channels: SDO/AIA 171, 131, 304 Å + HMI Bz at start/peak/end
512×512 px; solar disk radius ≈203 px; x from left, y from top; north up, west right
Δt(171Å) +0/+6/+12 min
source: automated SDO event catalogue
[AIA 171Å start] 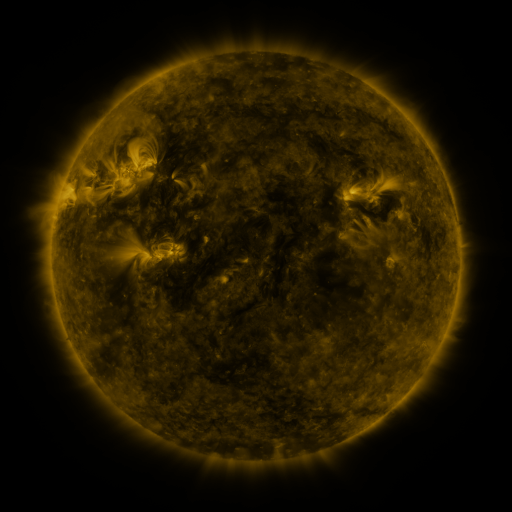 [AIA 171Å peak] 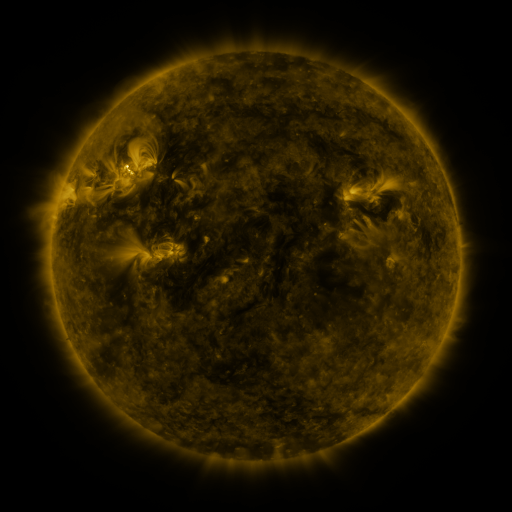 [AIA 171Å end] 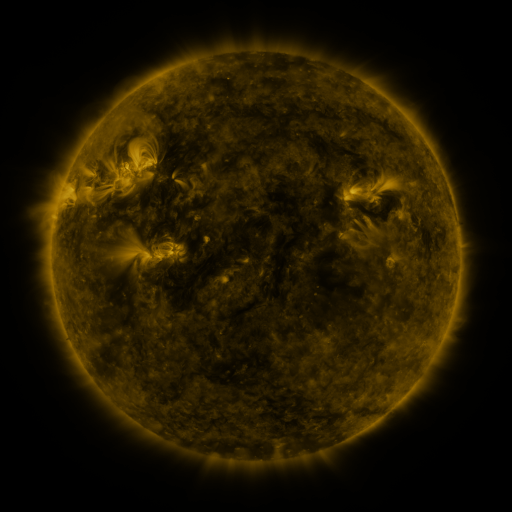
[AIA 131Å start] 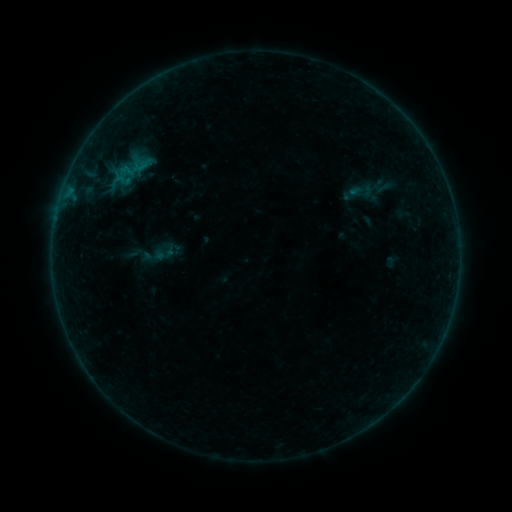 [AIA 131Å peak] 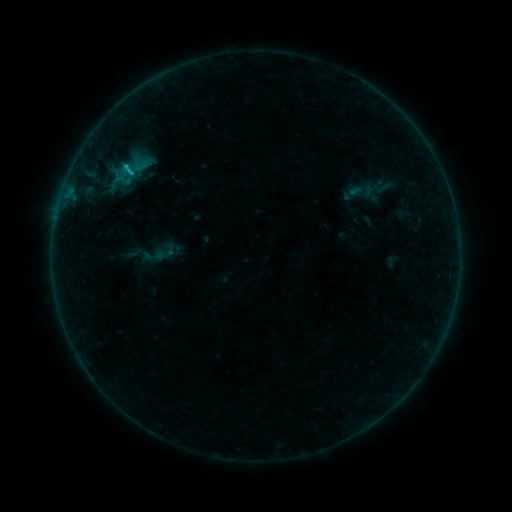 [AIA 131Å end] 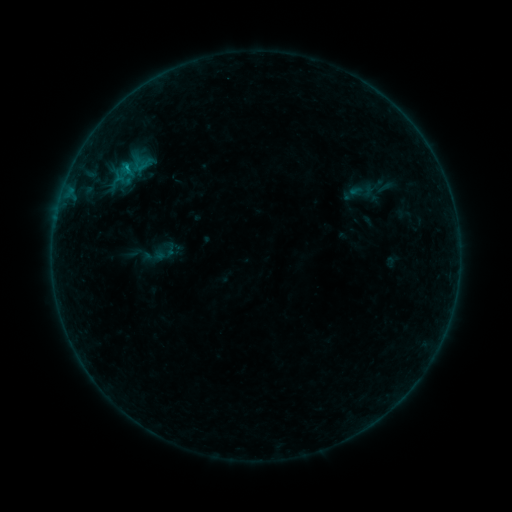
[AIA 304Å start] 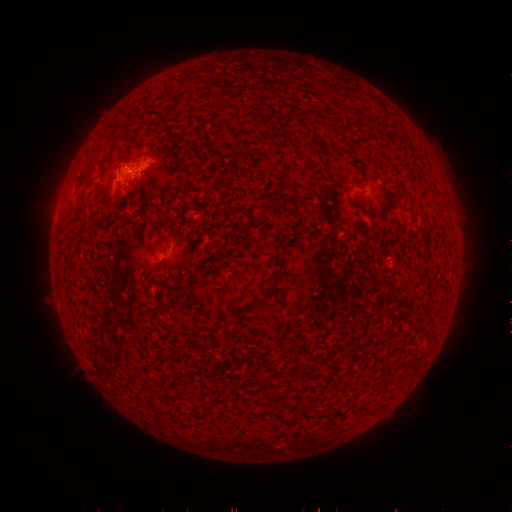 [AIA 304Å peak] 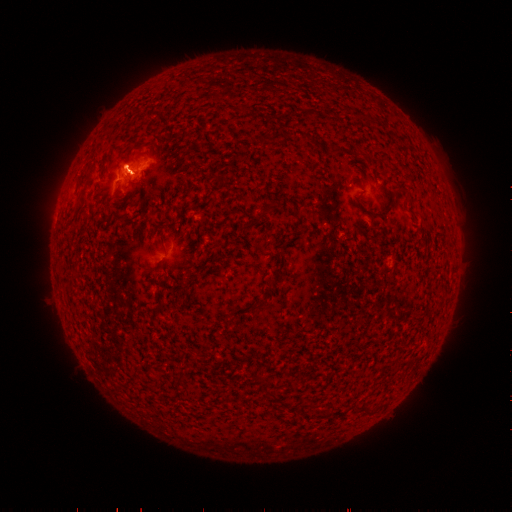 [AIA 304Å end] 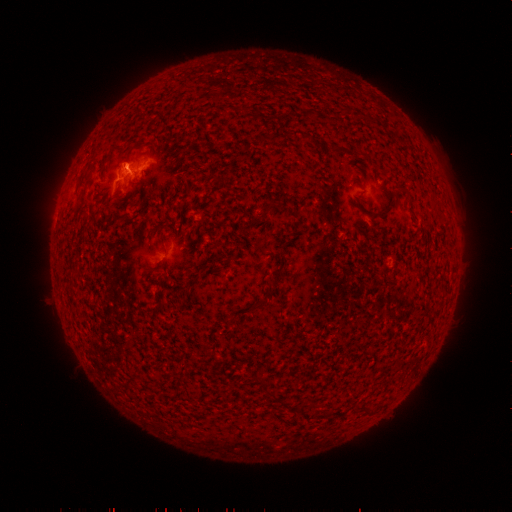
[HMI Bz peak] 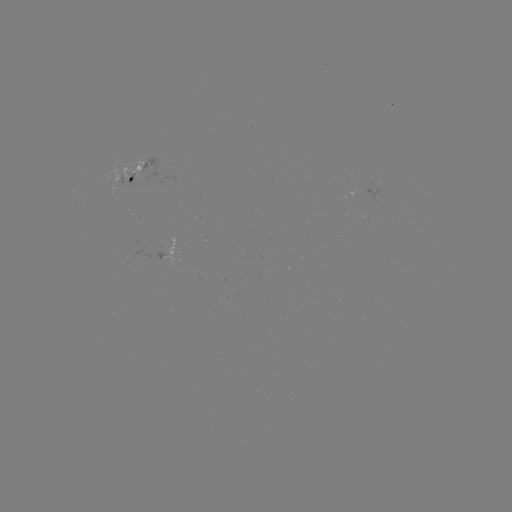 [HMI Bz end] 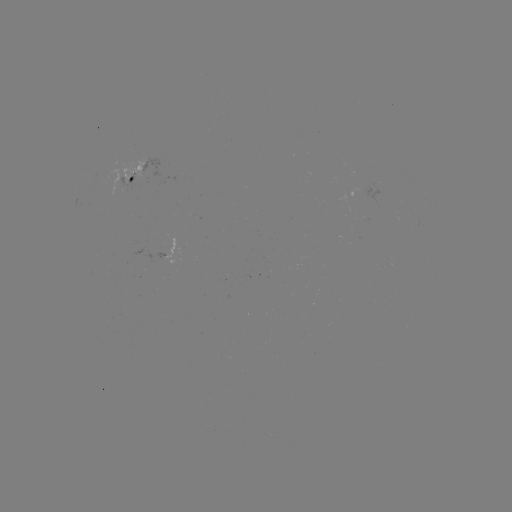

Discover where B4.9 flare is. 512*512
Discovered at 129,172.